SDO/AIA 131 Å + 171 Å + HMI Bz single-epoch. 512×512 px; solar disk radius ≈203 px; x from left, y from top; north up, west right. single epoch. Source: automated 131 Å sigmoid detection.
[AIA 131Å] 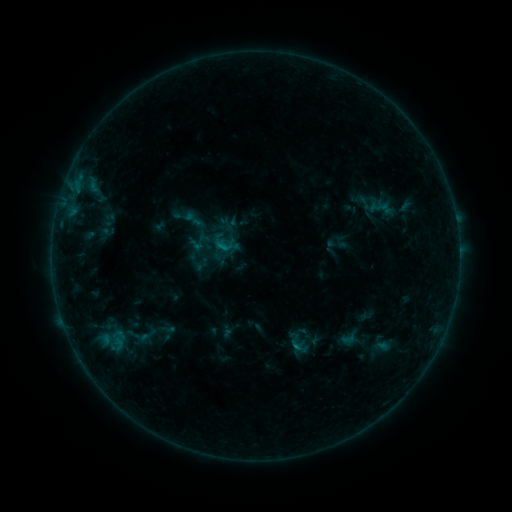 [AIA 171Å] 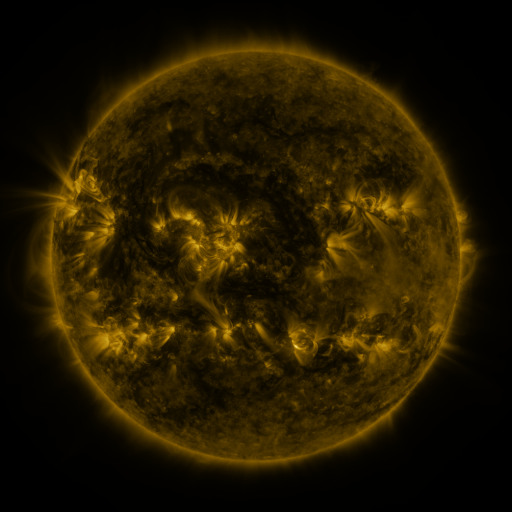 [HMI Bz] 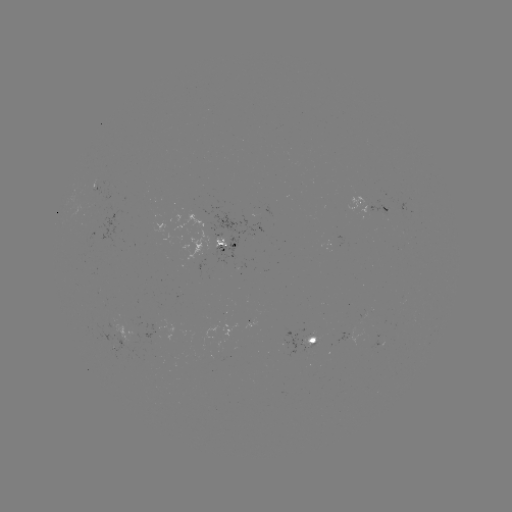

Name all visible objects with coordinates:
sigmoid: (194, 220)
sigmoid: (231, 225)
